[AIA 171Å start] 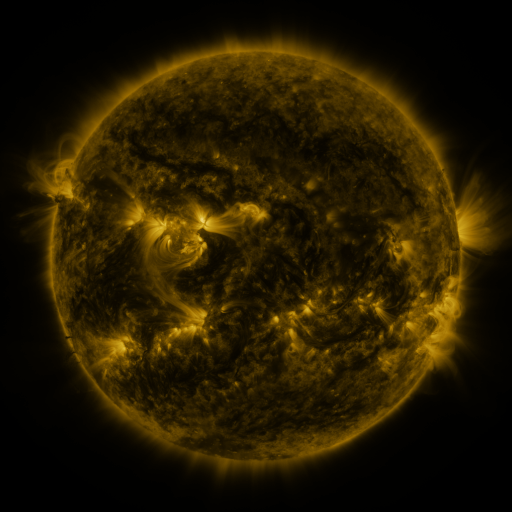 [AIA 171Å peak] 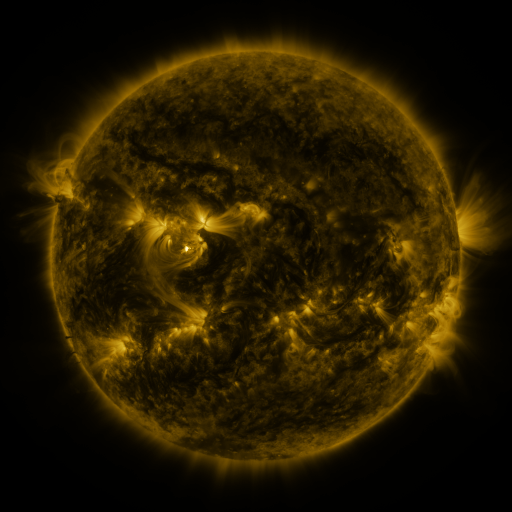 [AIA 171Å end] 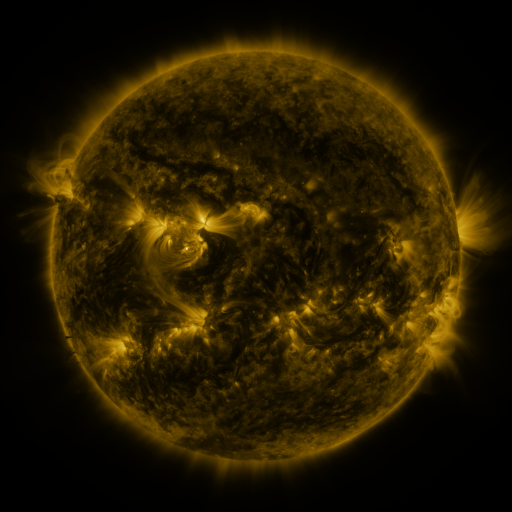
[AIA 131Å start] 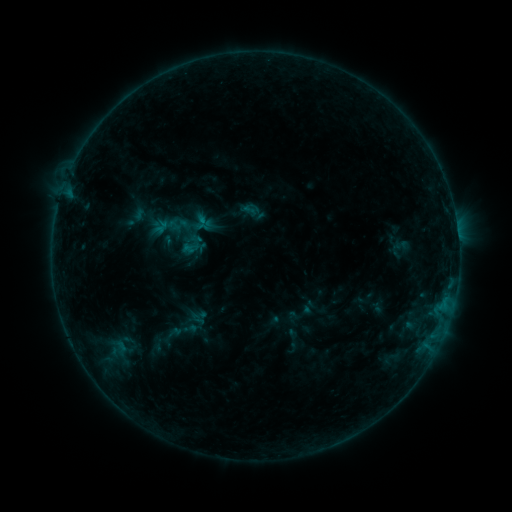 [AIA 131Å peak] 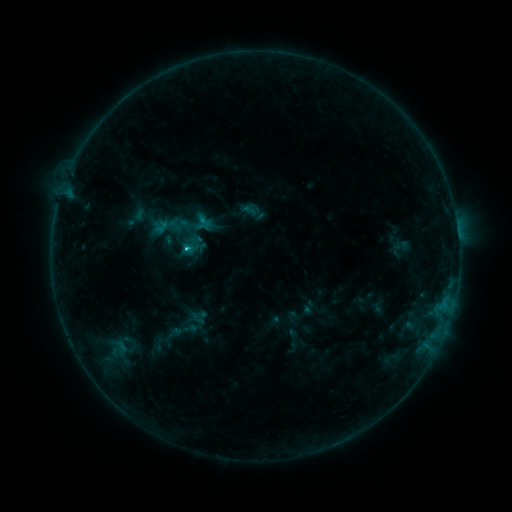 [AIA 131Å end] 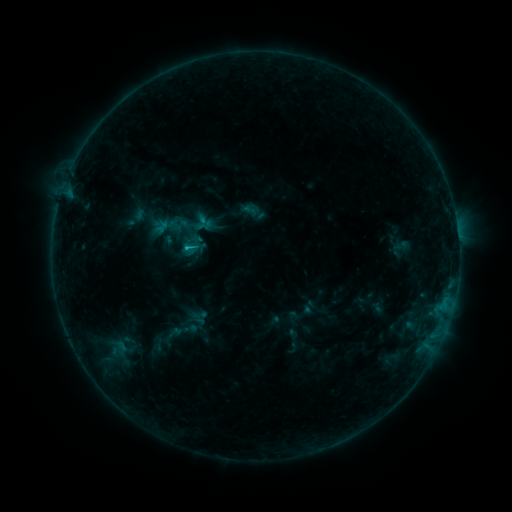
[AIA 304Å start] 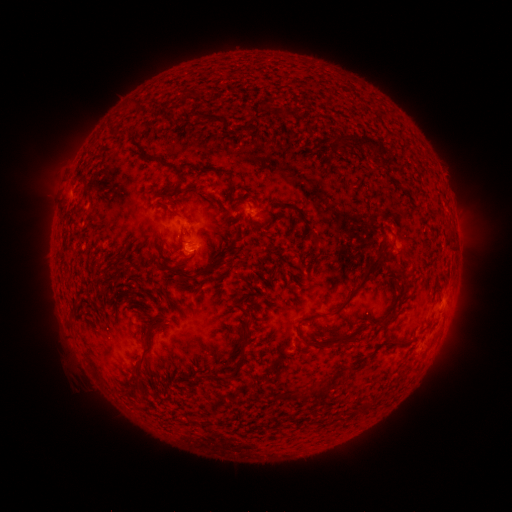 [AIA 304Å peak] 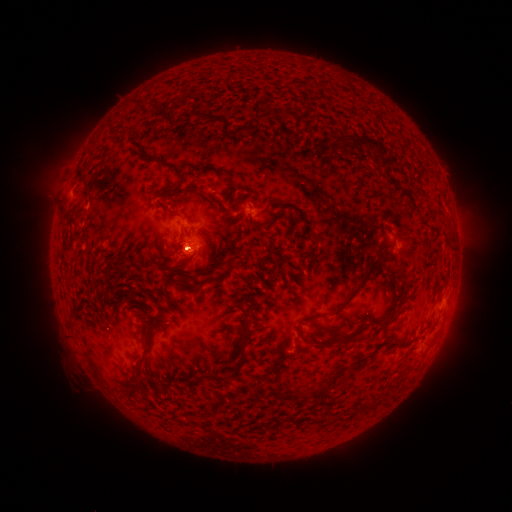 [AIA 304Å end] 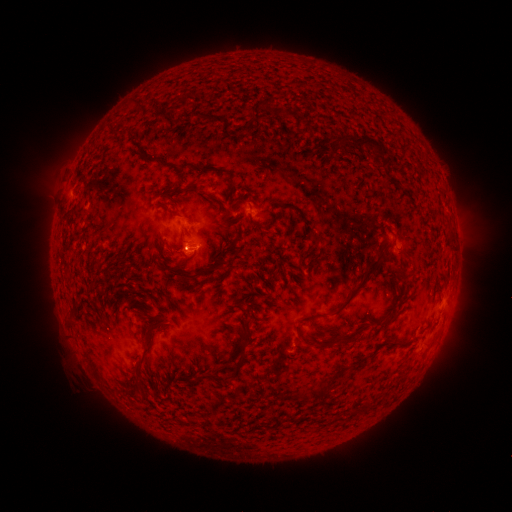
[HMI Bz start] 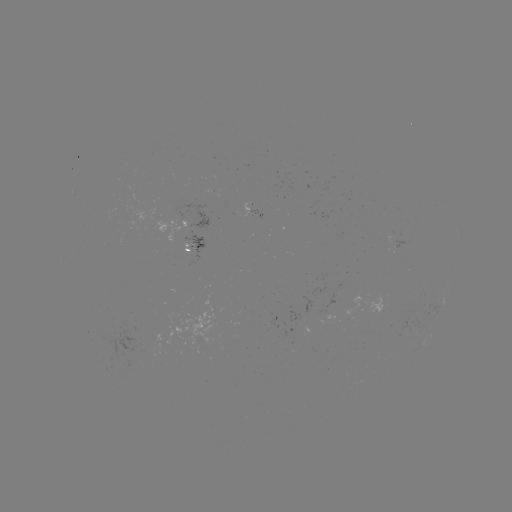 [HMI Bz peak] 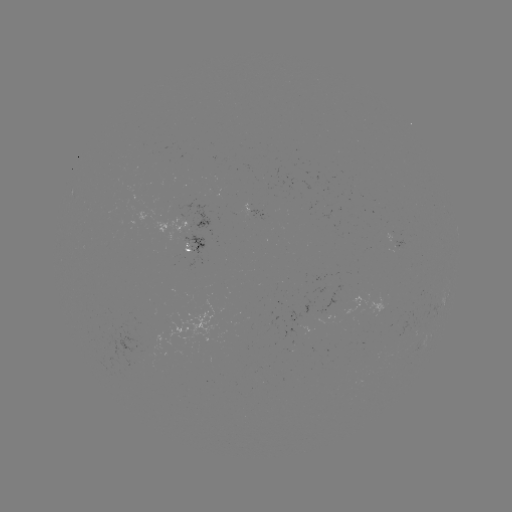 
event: flare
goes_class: C1.1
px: (189, 250)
